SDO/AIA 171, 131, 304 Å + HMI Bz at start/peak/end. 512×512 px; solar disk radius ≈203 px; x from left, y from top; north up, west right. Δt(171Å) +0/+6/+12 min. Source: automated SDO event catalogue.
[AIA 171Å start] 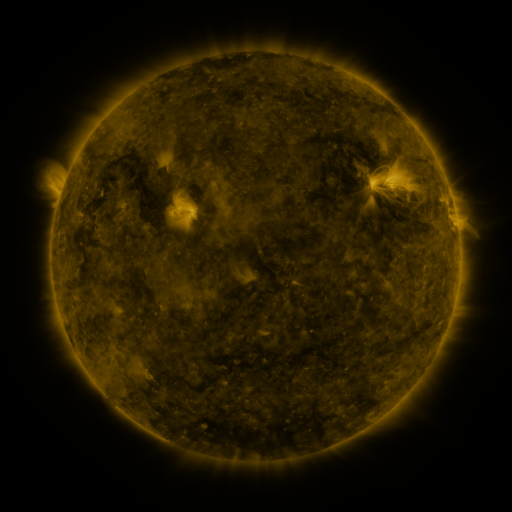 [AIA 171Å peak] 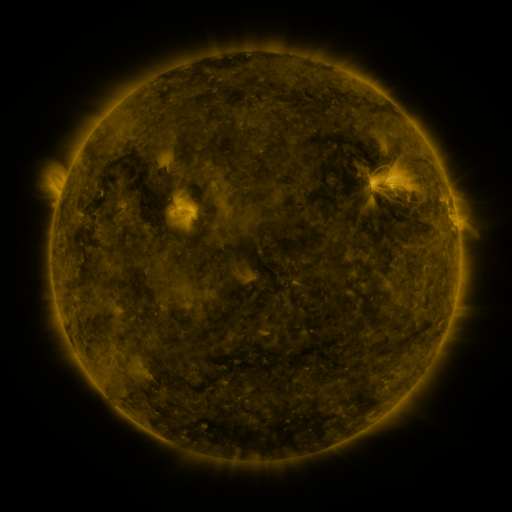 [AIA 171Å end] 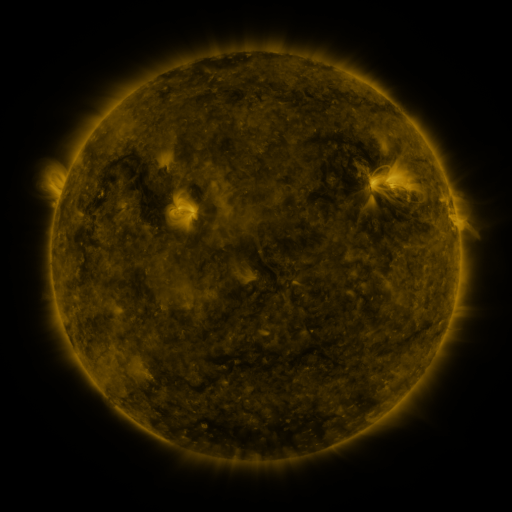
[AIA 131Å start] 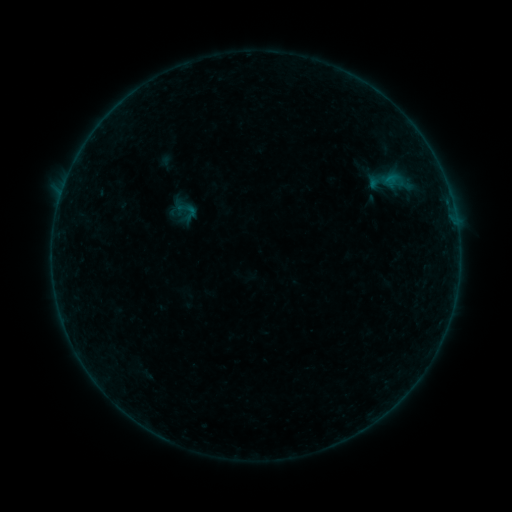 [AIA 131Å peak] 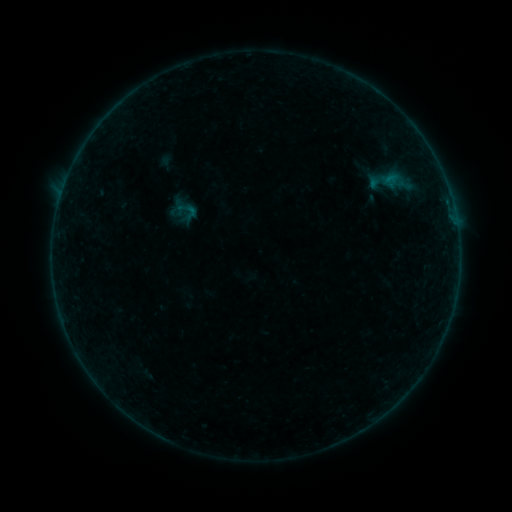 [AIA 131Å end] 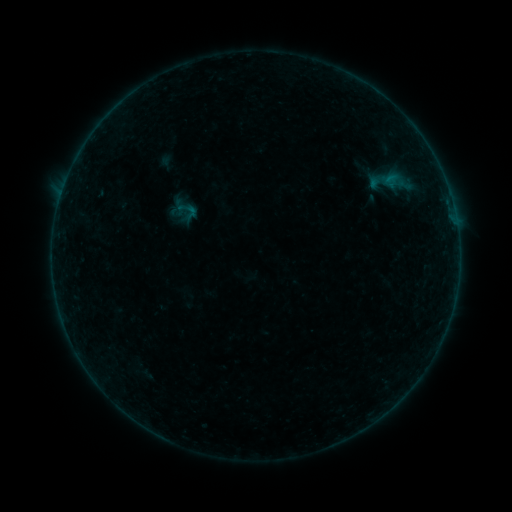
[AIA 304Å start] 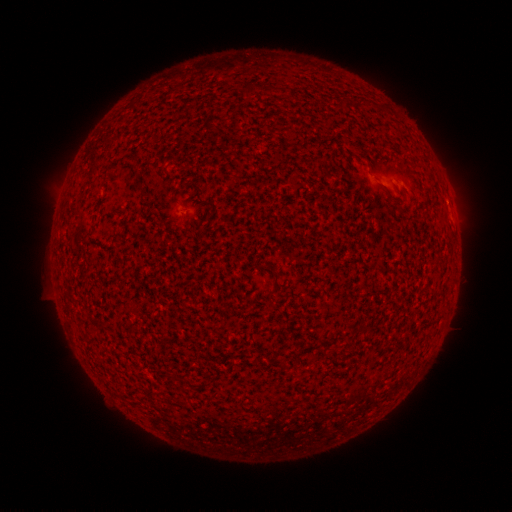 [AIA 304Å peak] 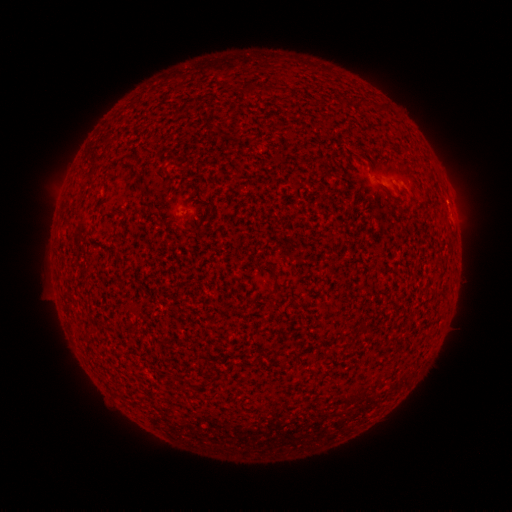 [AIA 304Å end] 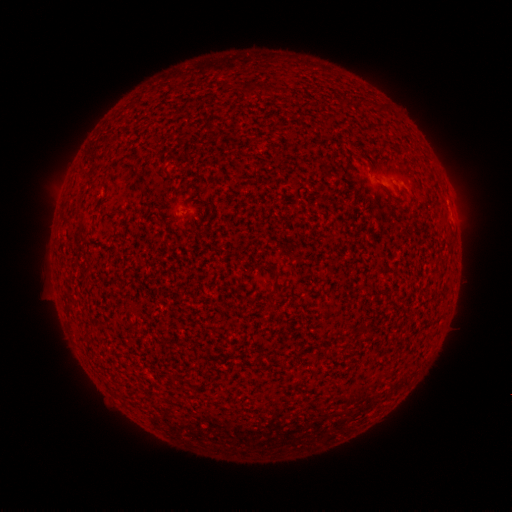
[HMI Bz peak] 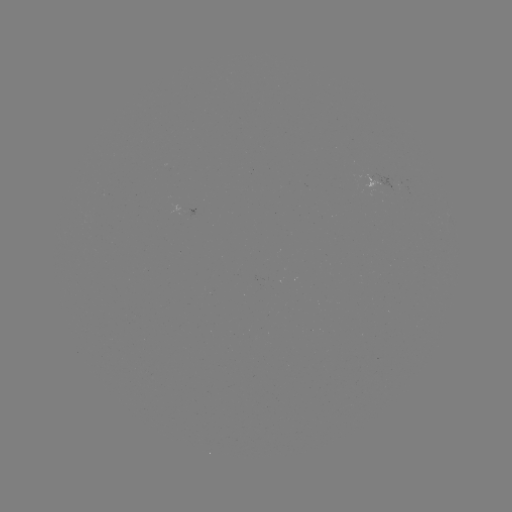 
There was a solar flare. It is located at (446, 203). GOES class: B2.2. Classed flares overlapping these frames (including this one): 1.